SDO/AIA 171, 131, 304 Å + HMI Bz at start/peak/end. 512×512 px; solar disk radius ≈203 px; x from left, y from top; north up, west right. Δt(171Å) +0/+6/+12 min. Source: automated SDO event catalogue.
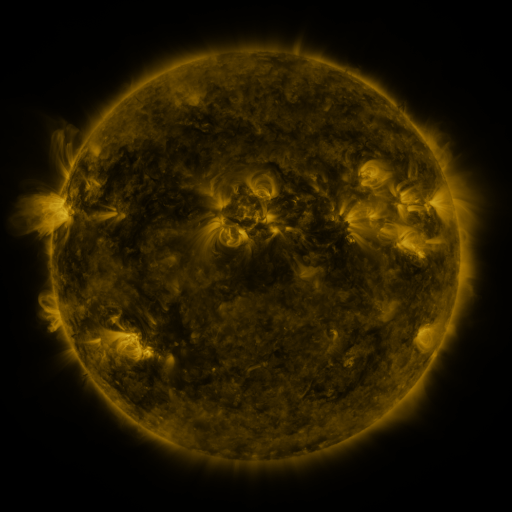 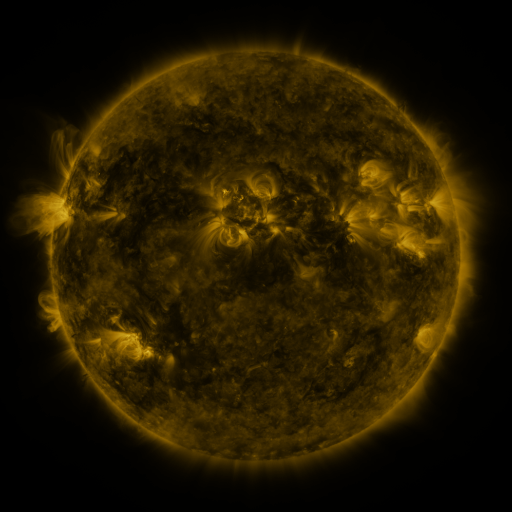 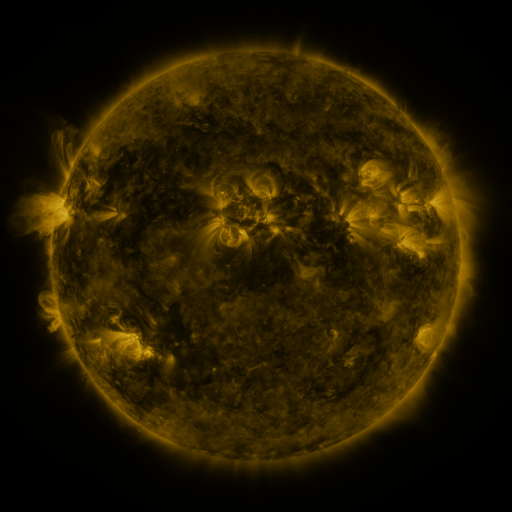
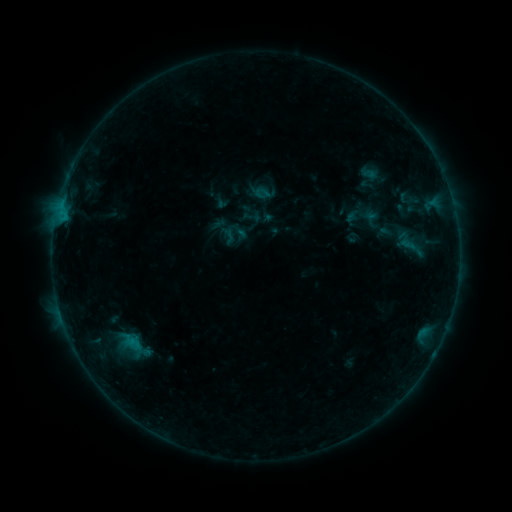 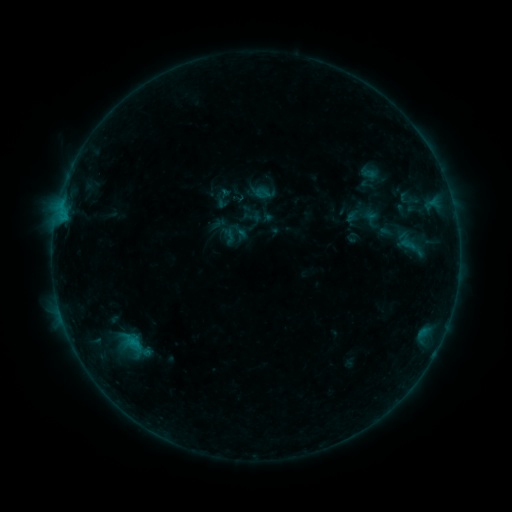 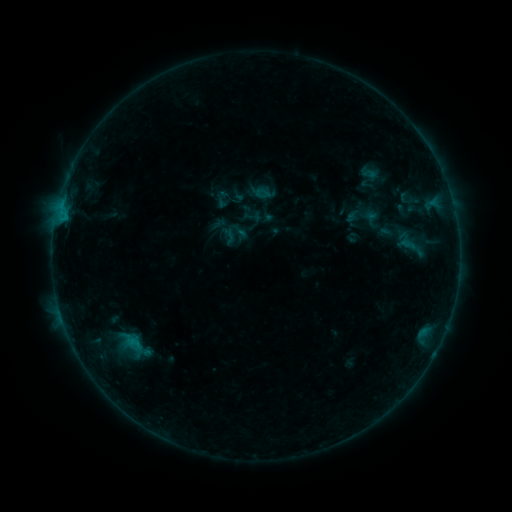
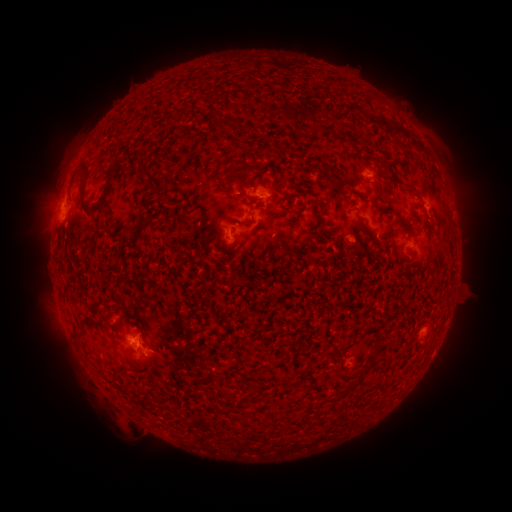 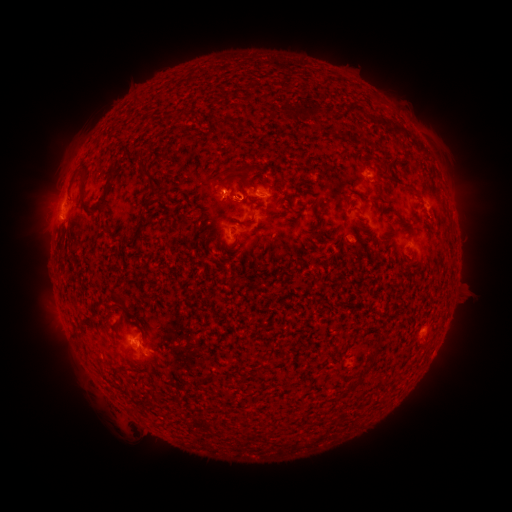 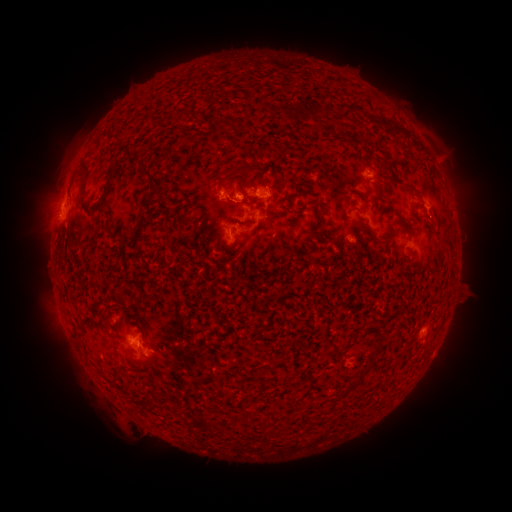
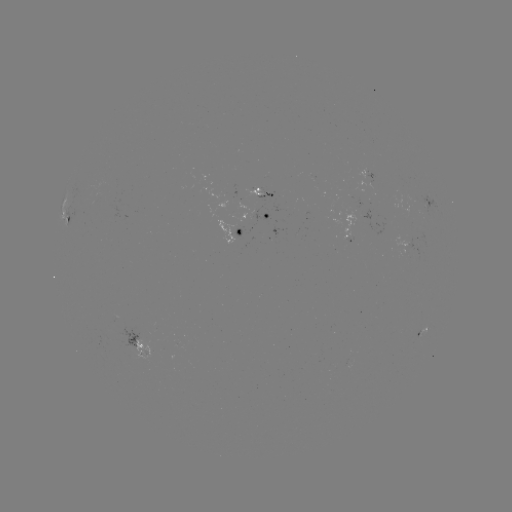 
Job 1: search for eruption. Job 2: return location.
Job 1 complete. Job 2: (220, 185).